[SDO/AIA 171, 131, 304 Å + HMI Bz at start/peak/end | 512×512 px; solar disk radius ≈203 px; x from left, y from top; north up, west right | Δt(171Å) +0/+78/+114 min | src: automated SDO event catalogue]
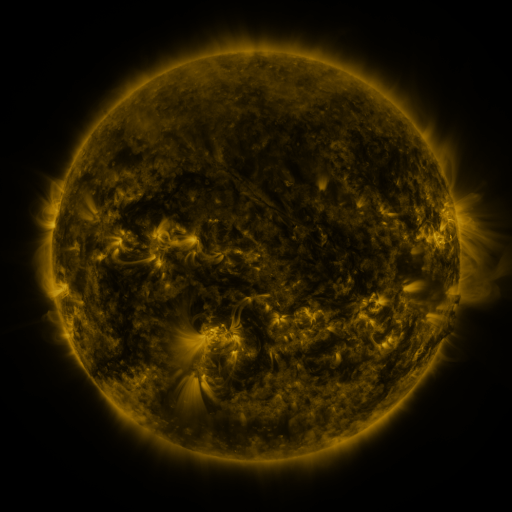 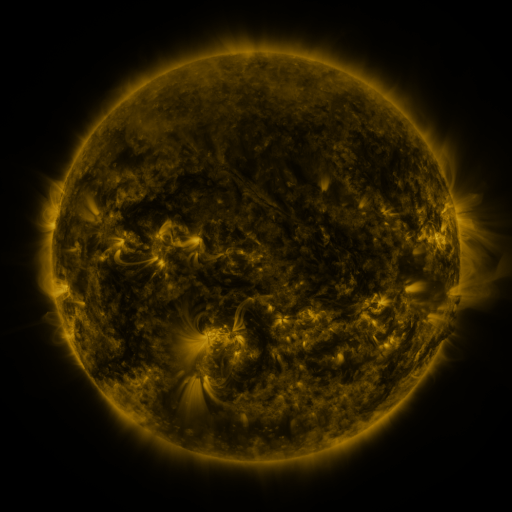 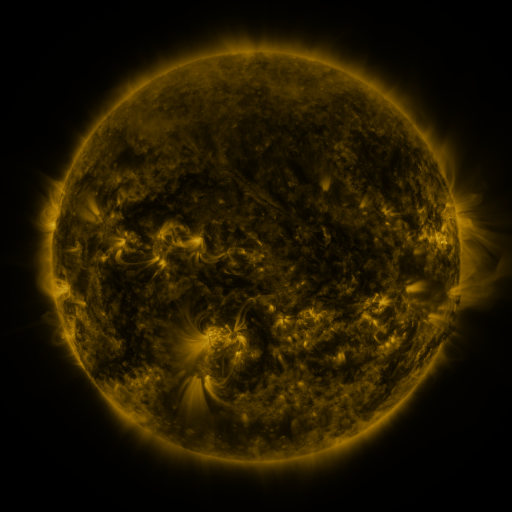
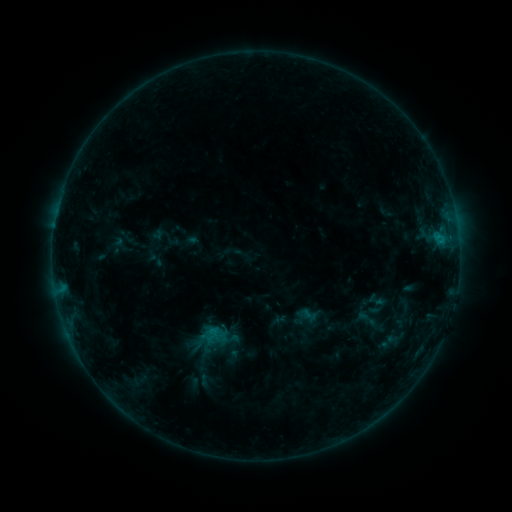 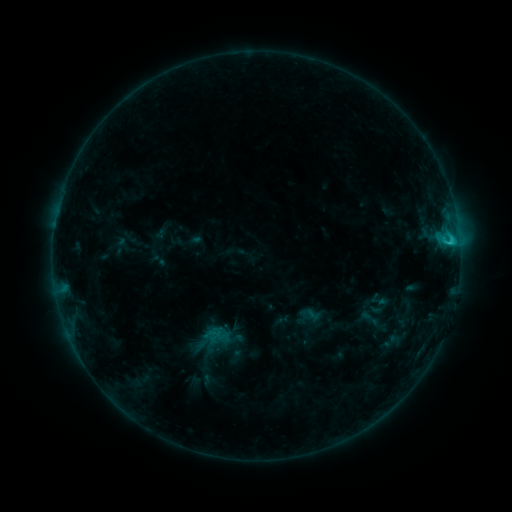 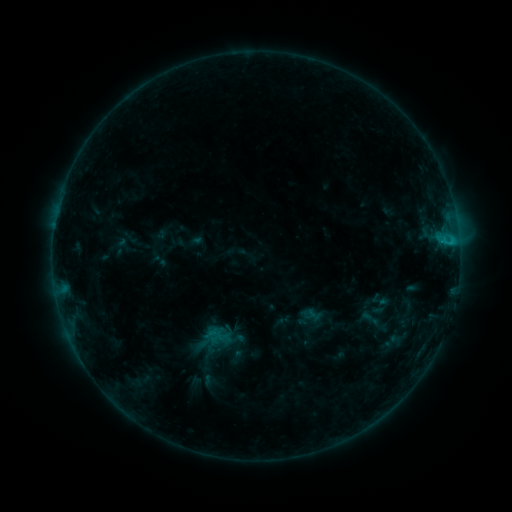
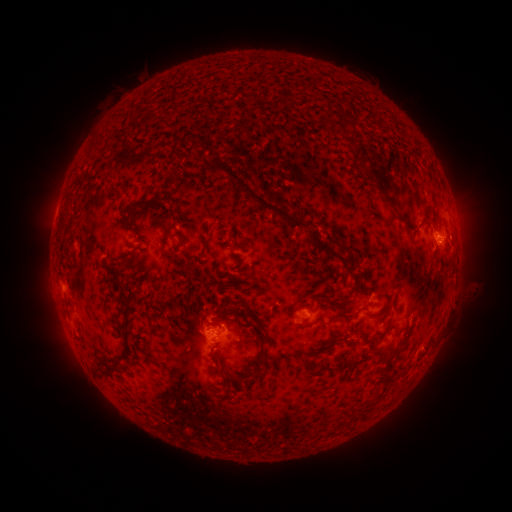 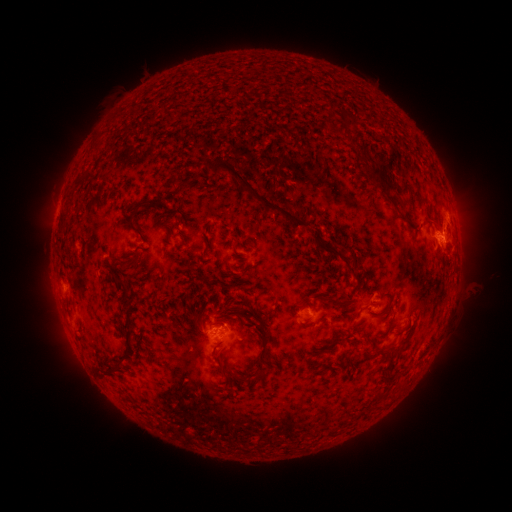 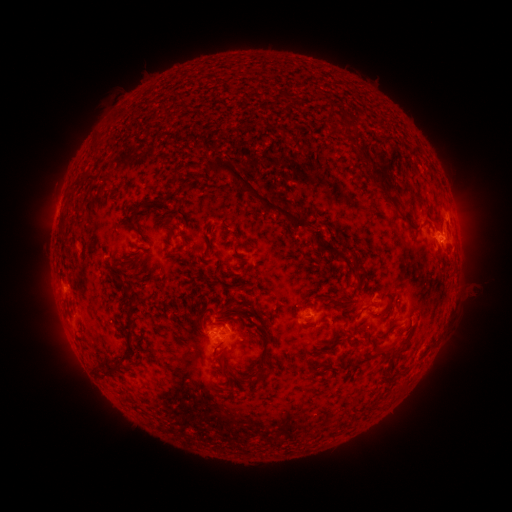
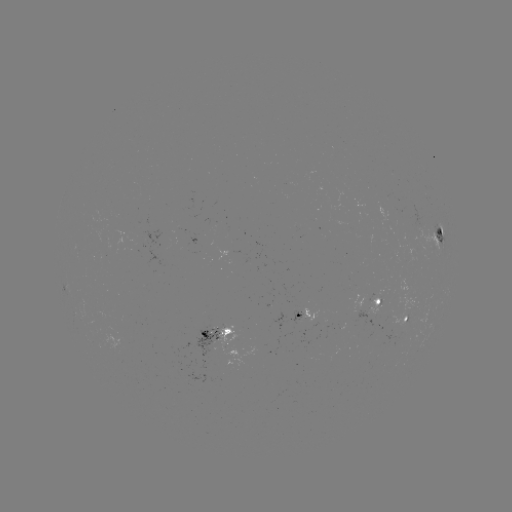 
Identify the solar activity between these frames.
C2.1 flare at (450, 245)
